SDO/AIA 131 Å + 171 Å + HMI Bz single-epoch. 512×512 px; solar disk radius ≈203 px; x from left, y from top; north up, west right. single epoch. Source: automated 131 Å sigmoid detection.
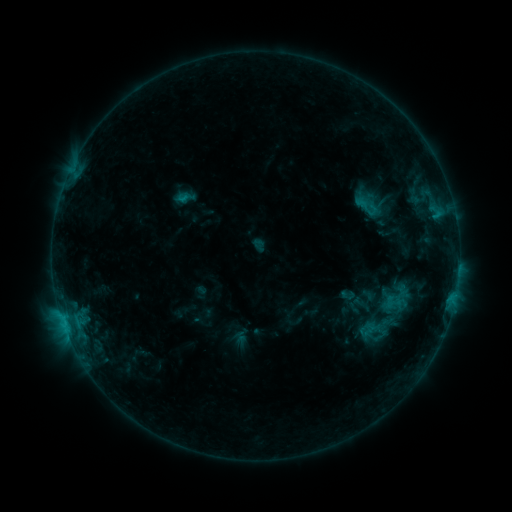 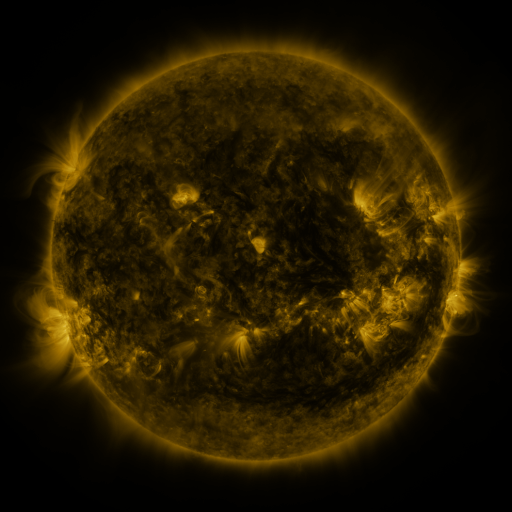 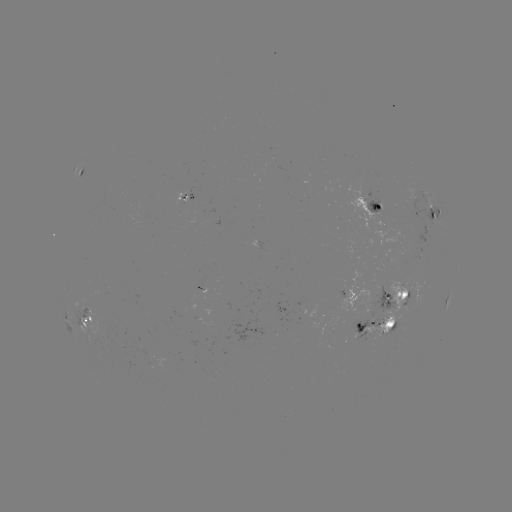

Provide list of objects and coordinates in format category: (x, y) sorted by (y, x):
sigmoid: (369, 207)
